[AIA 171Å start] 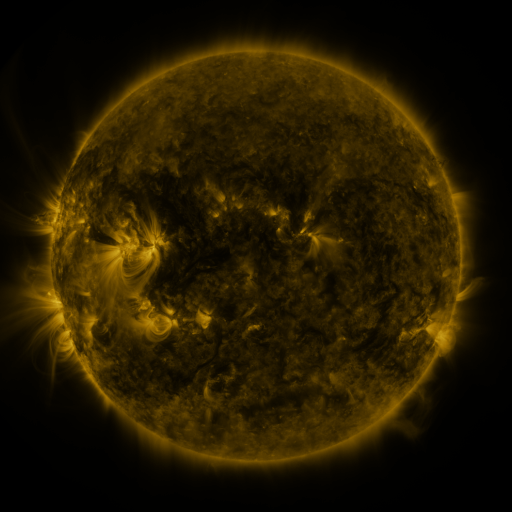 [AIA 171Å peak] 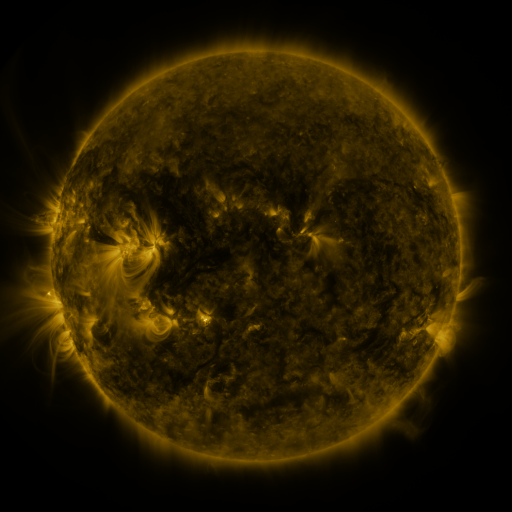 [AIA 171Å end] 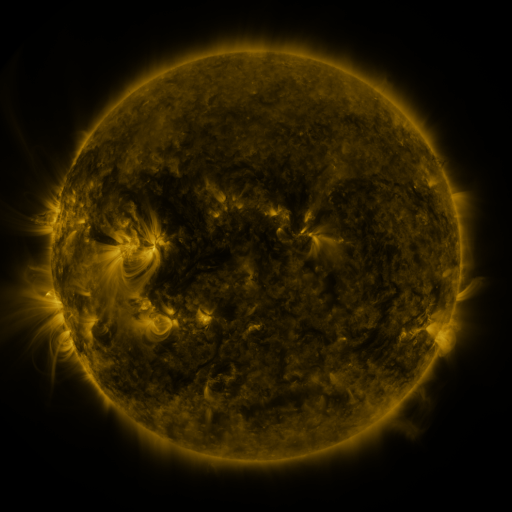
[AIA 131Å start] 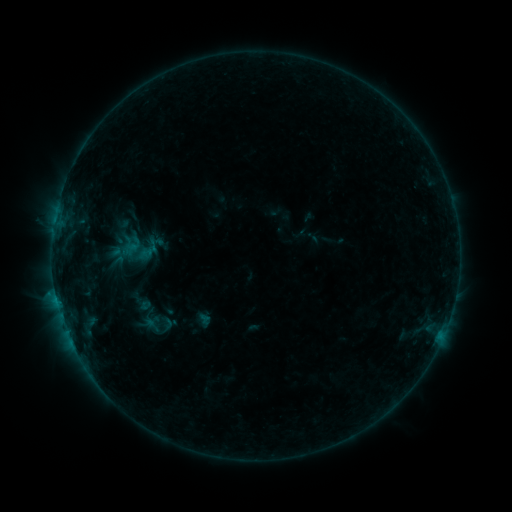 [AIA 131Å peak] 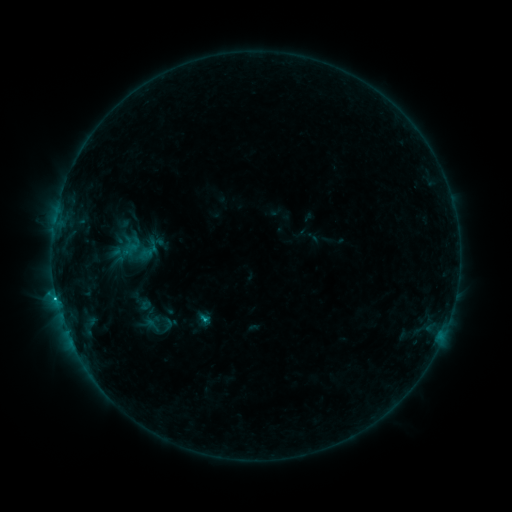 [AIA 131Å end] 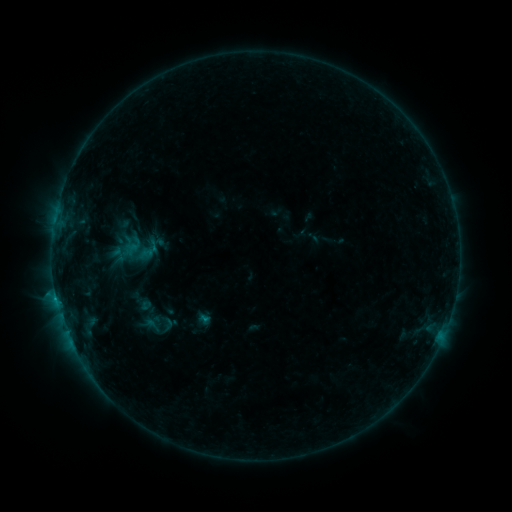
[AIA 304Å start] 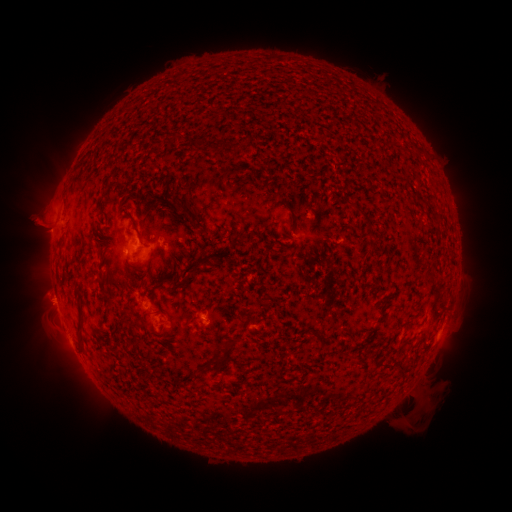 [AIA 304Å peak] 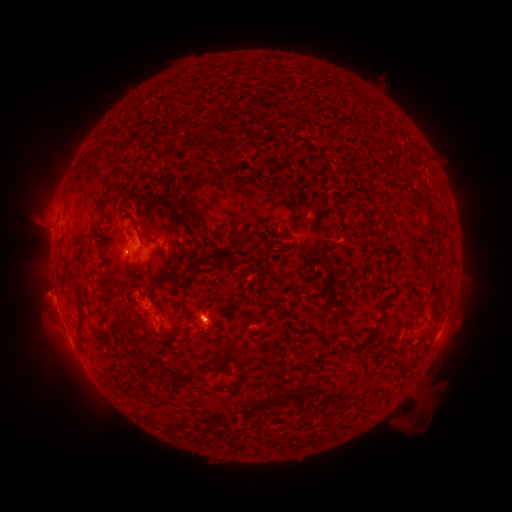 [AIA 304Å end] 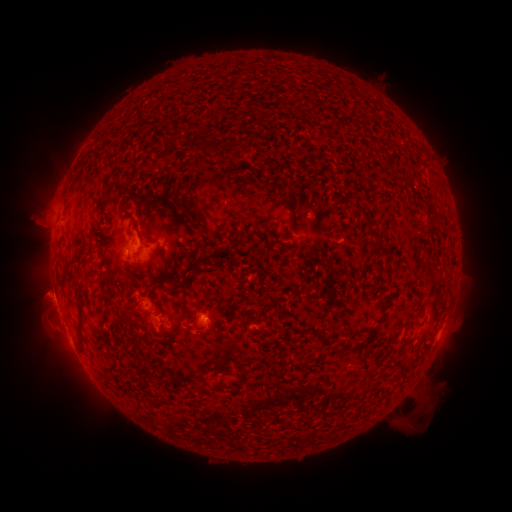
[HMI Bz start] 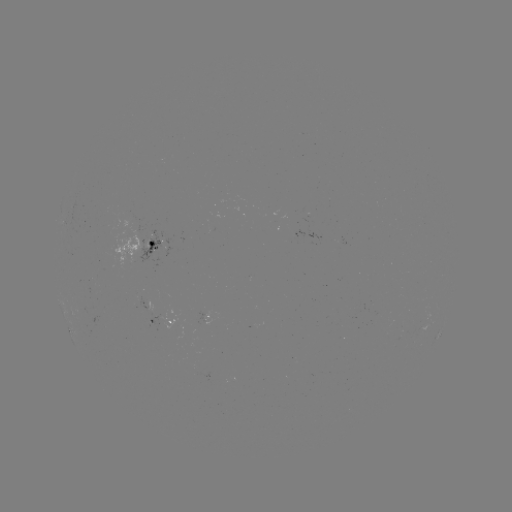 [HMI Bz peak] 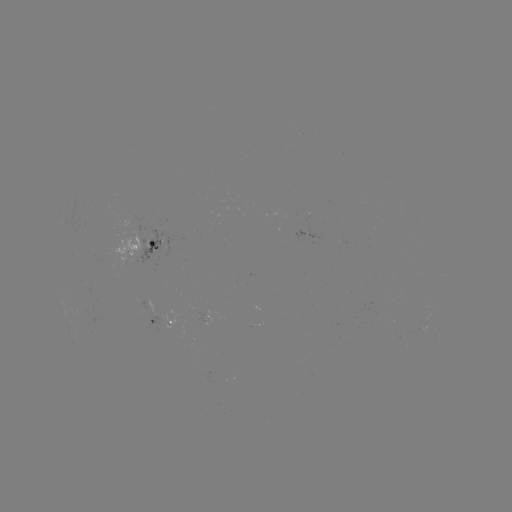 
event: flare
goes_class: B9.1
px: (57, 298)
